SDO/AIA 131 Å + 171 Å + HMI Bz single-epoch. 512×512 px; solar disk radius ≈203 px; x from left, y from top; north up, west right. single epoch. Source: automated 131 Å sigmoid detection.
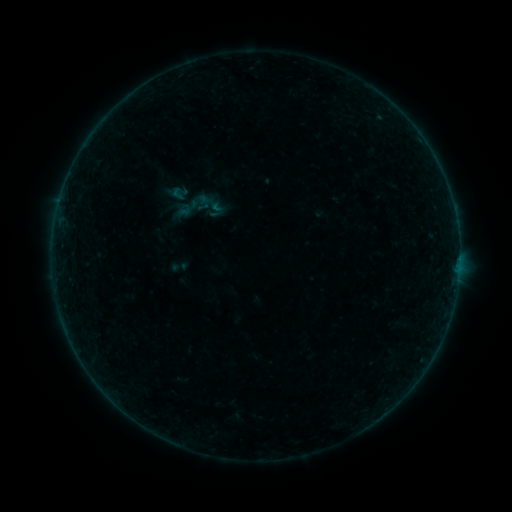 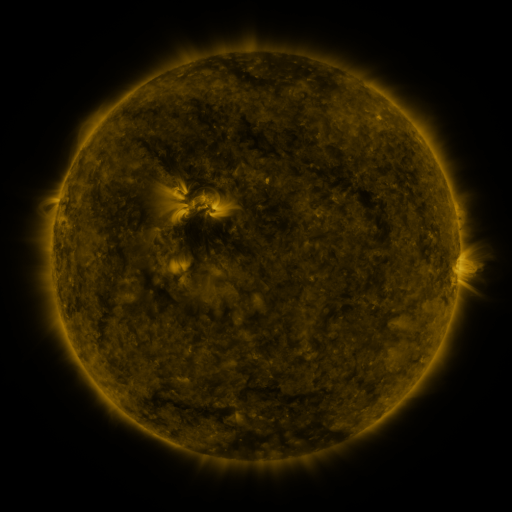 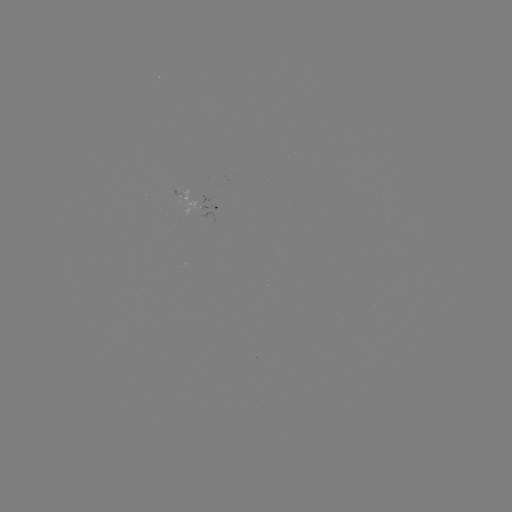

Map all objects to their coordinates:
sigmoid: <bbox>172, 178, 230, 236</bbox>
